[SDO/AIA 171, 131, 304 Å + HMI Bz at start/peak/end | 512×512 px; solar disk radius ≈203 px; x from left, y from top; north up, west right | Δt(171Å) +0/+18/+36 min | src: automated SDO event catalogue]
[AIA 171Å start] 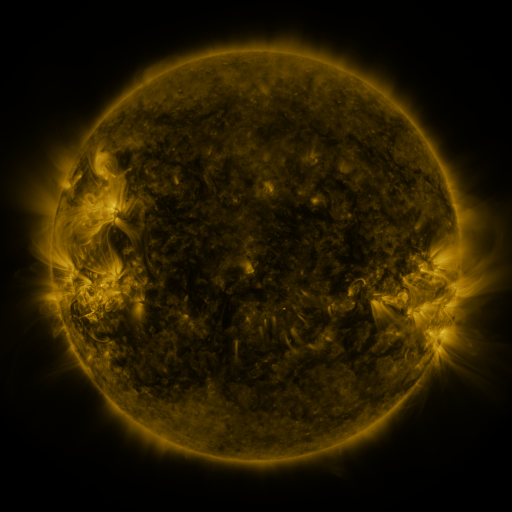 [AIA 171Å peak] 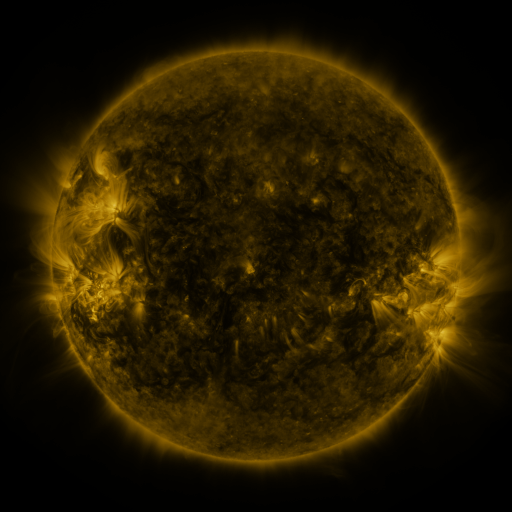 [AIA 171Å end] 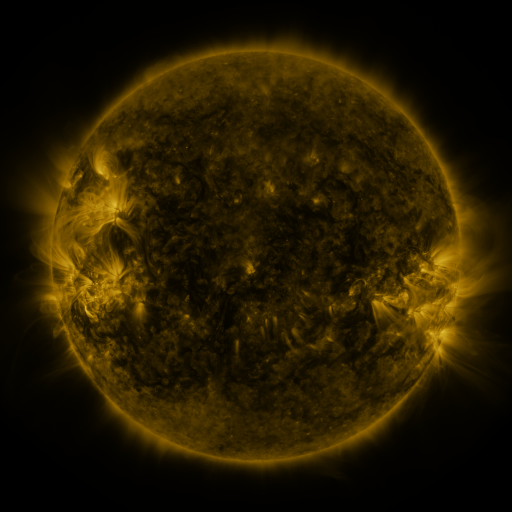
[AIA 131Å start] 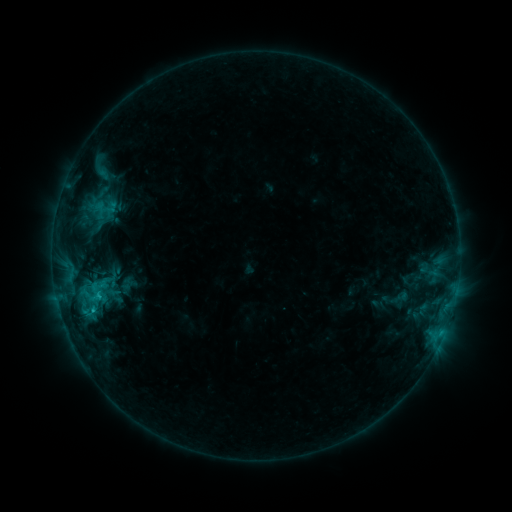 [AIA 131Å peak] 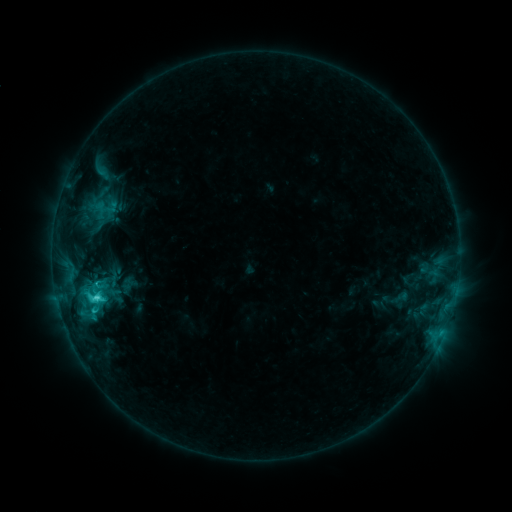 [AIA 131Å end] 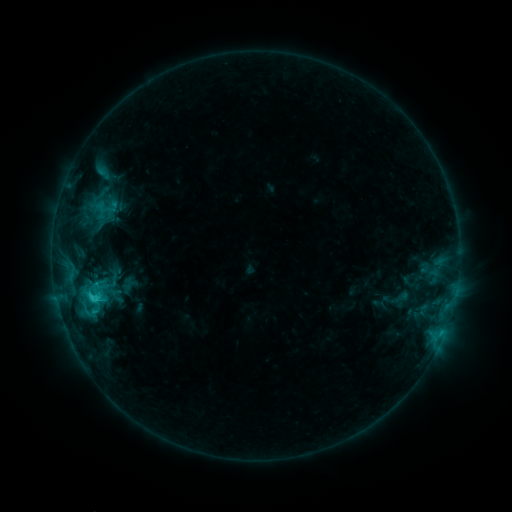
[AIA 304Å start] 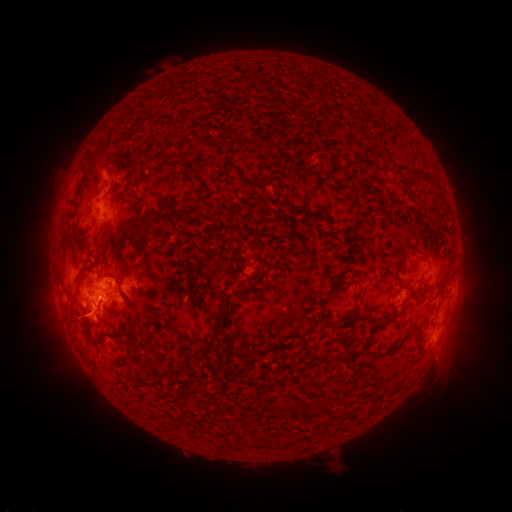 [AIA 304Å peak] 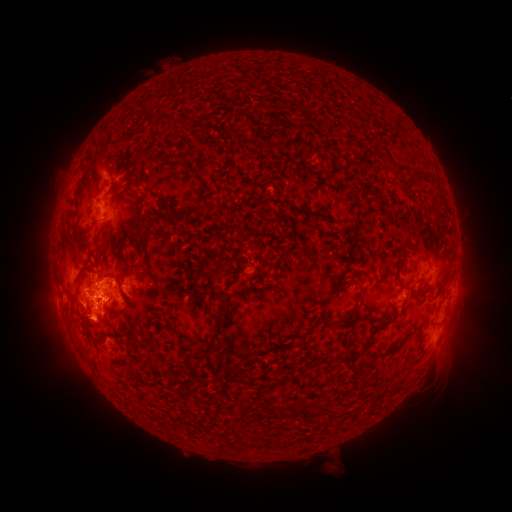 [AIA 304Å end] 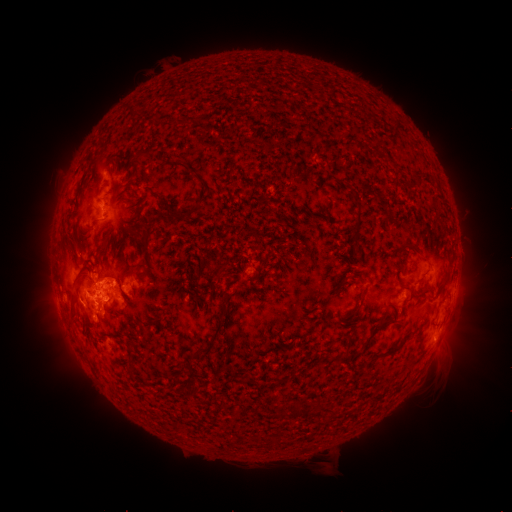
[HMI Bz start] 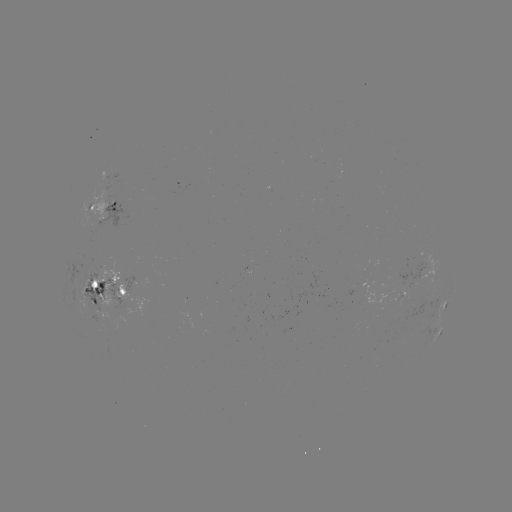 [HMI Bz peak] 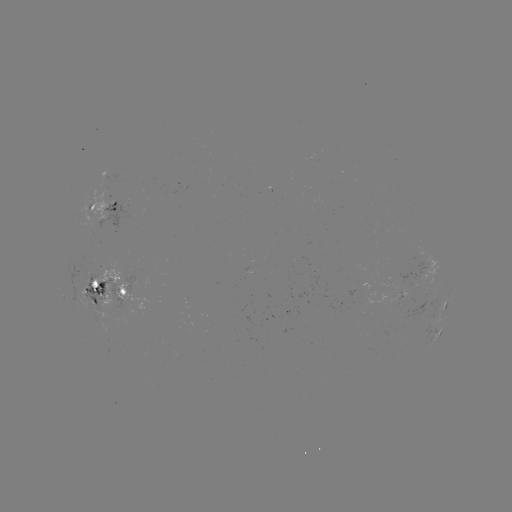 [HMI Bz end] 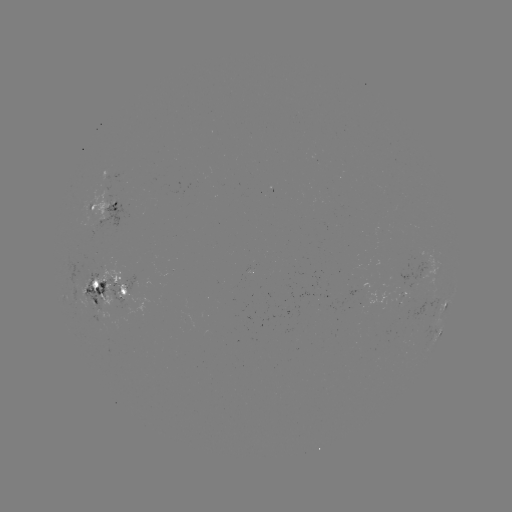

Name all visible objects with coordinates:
C4.1 flare: (96, 296)
